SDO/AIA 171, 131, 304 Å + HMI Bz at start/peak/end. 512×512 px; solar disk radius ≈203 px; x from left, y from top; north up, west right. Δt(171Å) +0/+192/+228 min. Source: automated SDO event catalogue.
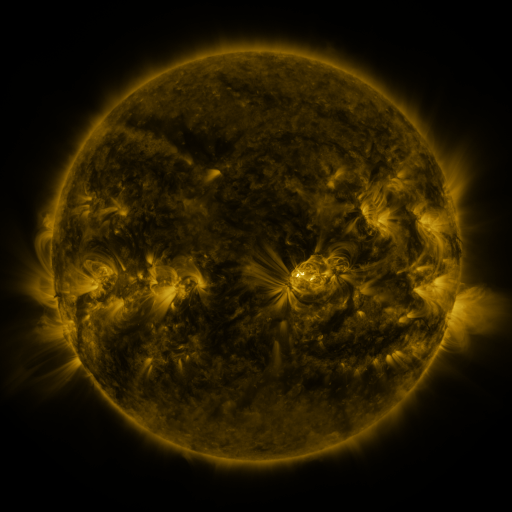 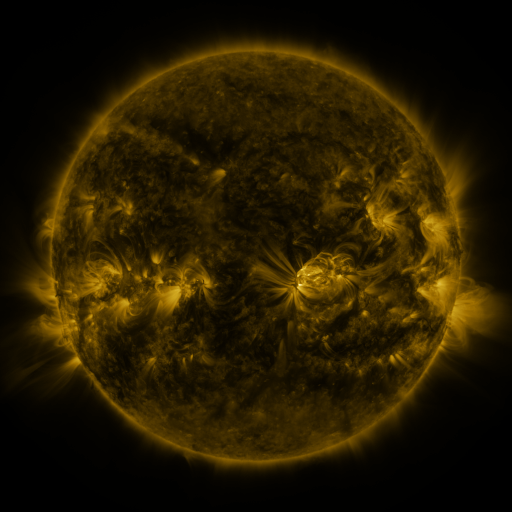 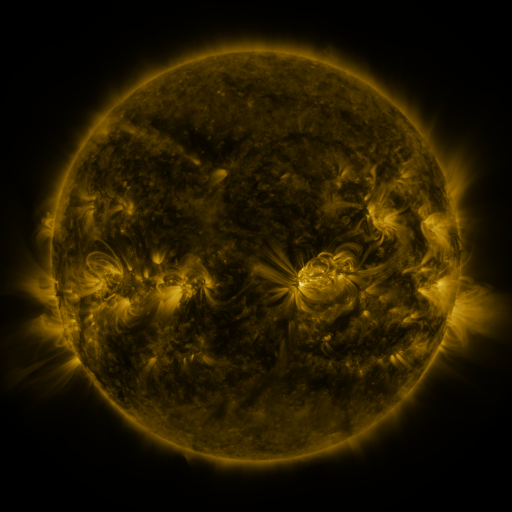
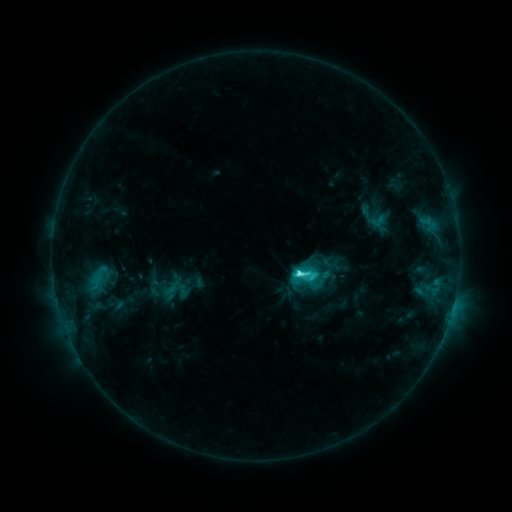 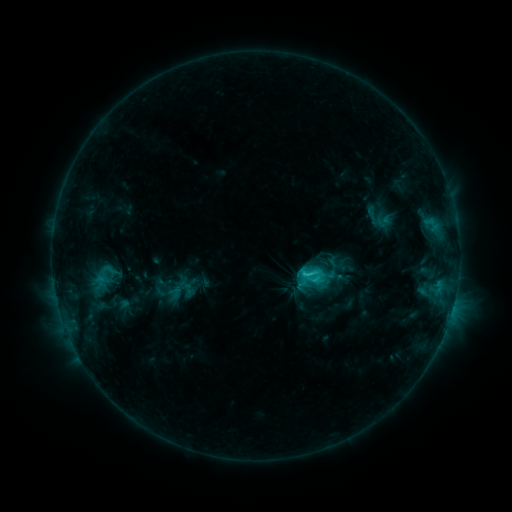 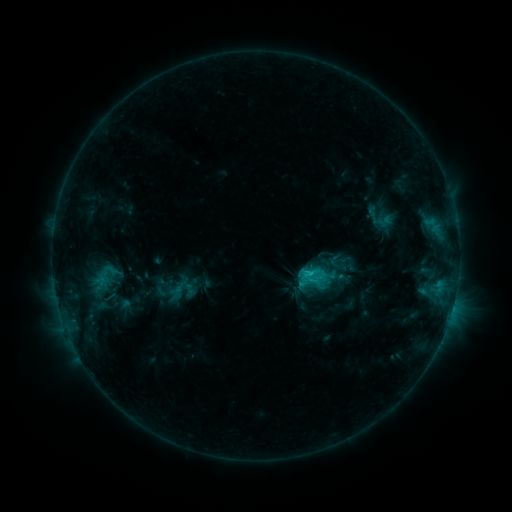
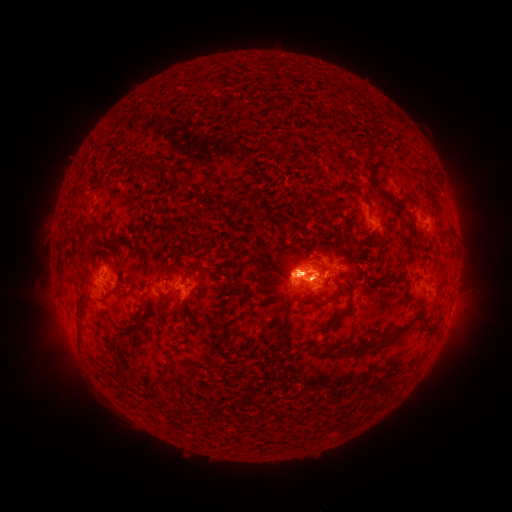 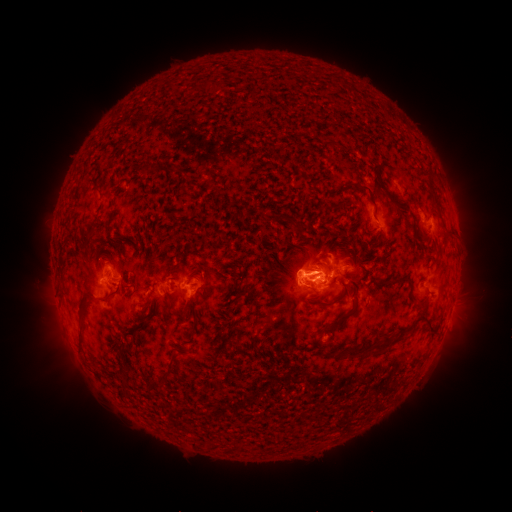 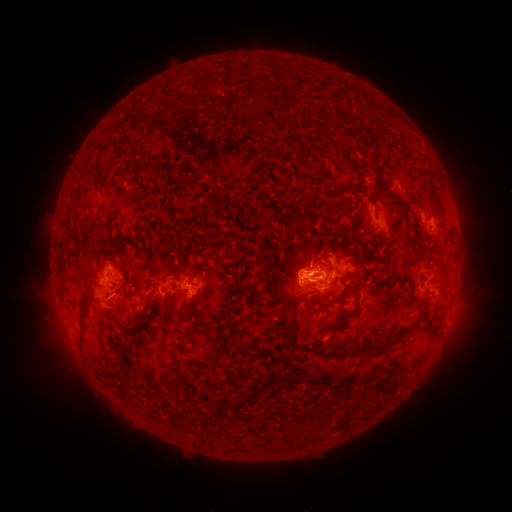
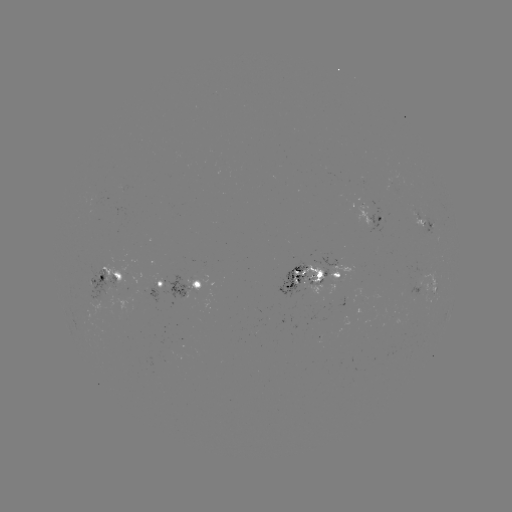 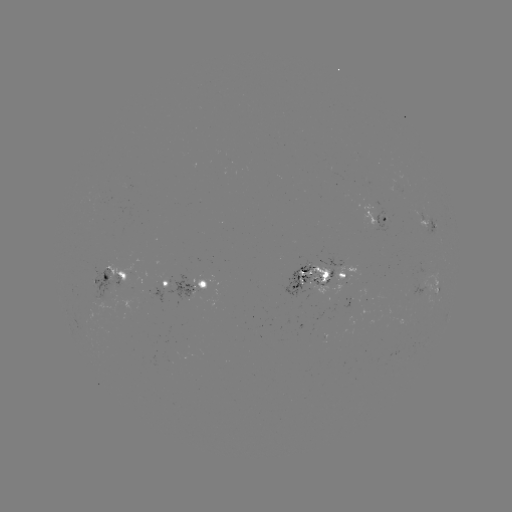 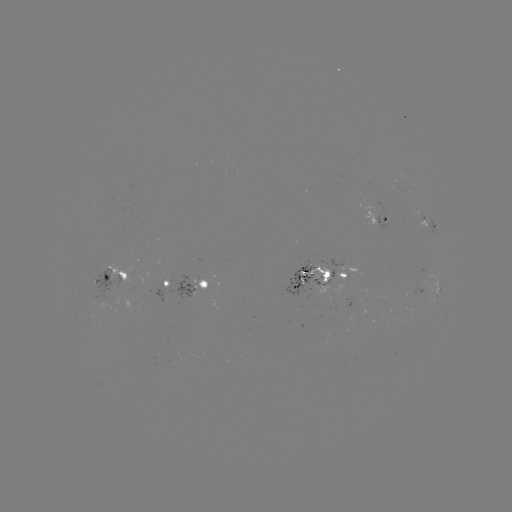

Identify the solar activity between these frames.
emerging-flux region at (169, 360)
